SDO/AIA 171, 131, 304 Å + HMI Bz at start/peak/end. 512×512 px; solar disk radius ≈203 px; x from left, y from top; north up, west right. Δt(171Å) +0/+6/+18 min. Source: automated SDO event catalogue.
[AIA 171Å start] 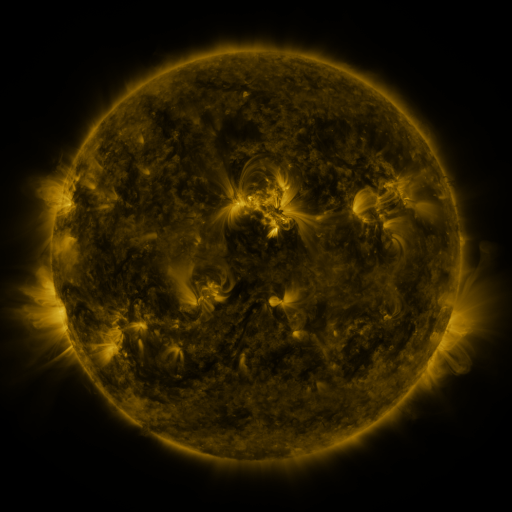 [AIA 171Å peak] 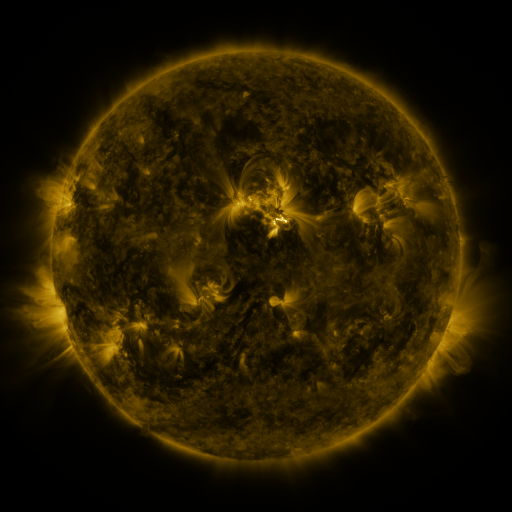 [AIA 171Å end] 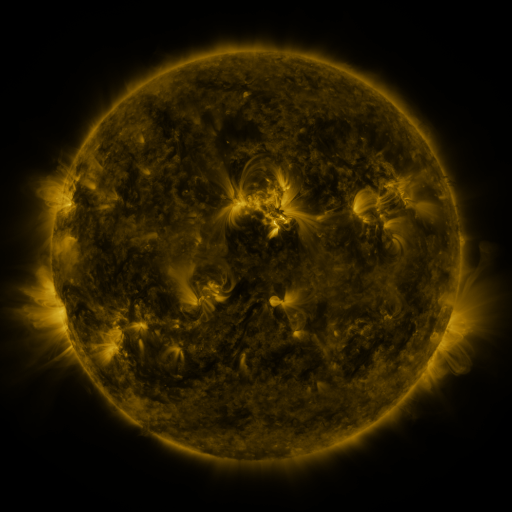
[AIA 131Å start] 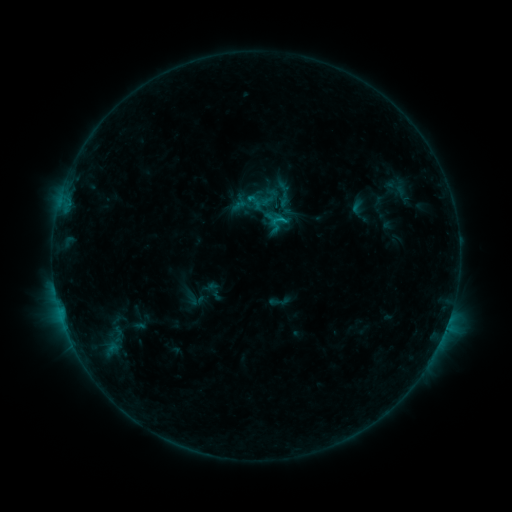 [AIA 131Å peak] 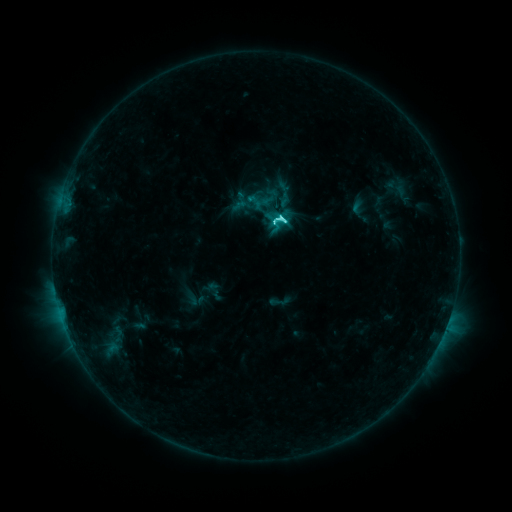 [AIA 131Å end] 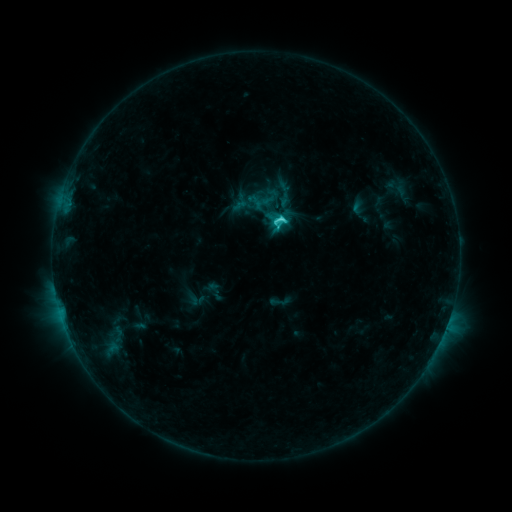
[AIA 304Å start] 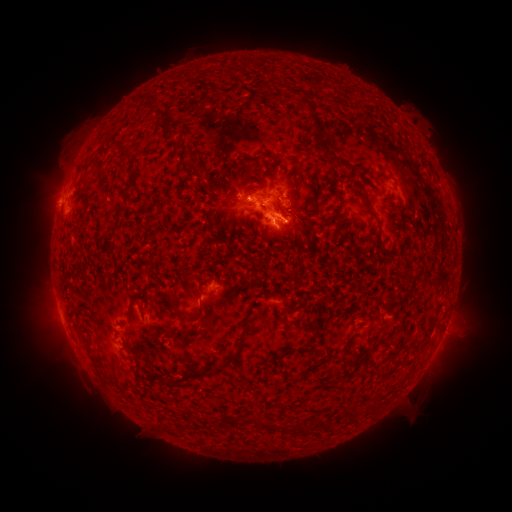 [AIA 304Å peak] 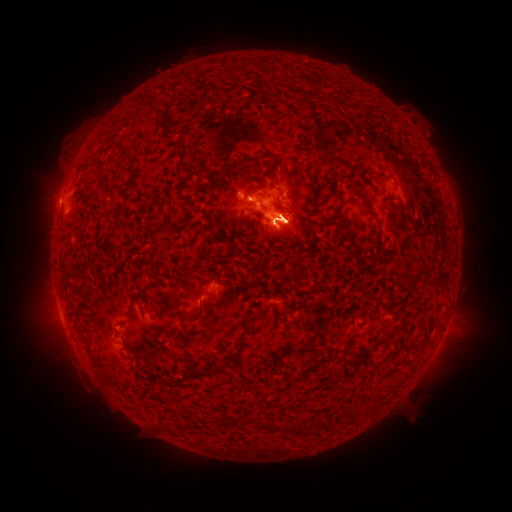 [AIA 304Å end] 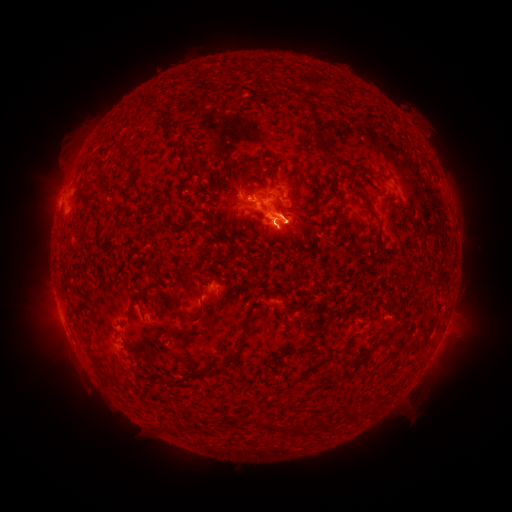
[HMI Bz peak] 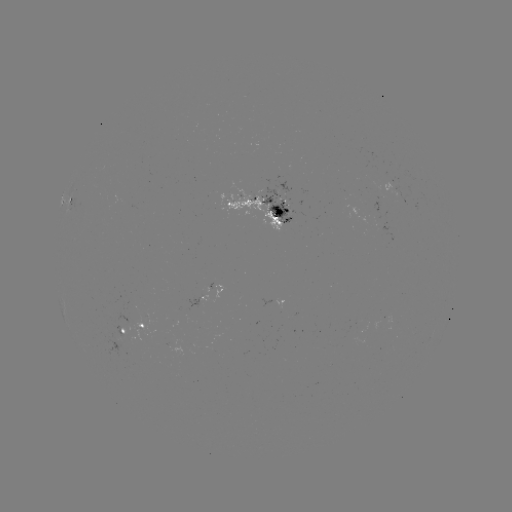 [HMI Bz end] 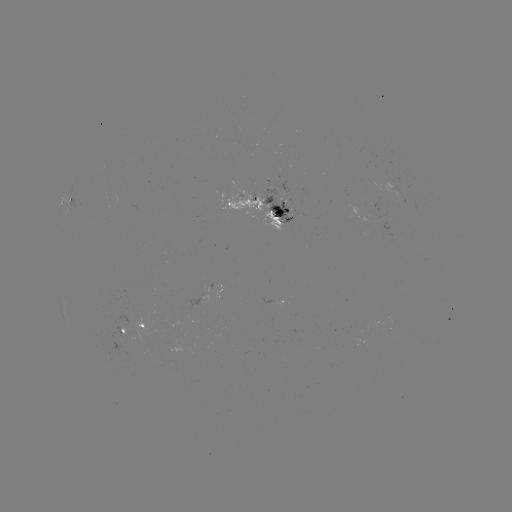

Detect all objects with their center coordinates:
C6.1 flare: (280, 220)
